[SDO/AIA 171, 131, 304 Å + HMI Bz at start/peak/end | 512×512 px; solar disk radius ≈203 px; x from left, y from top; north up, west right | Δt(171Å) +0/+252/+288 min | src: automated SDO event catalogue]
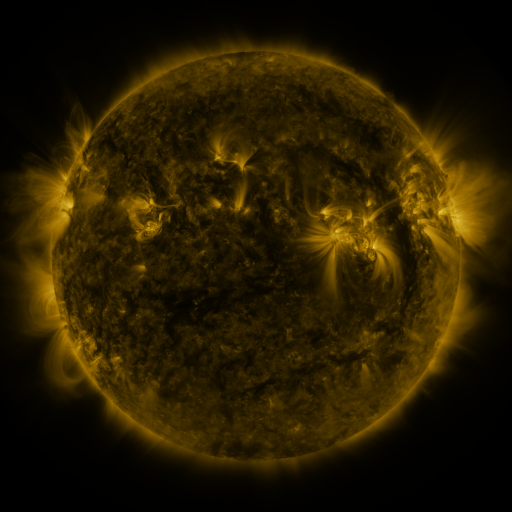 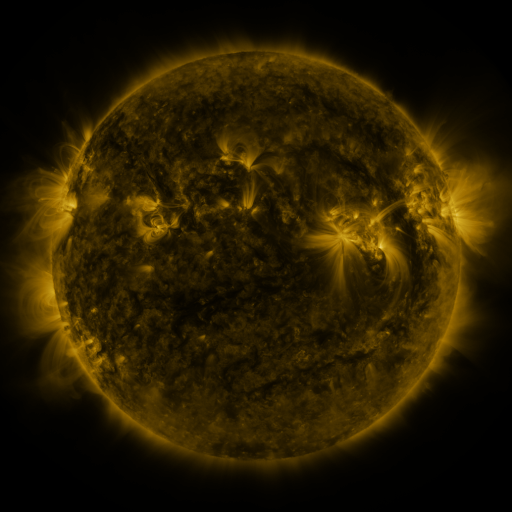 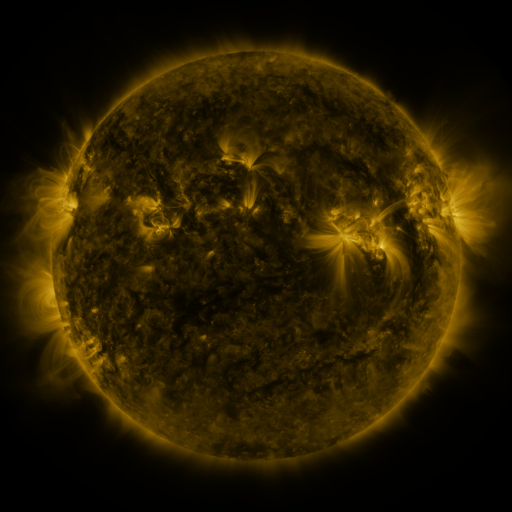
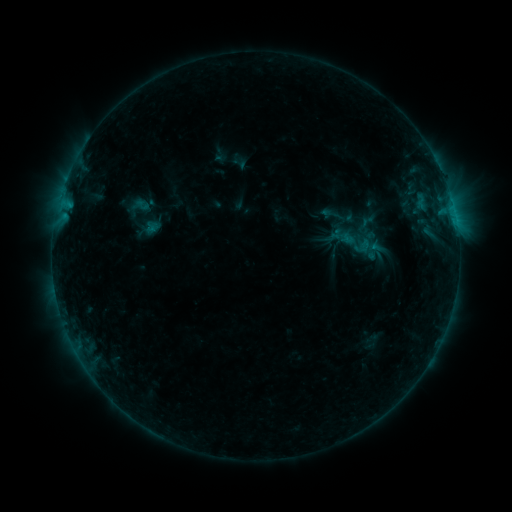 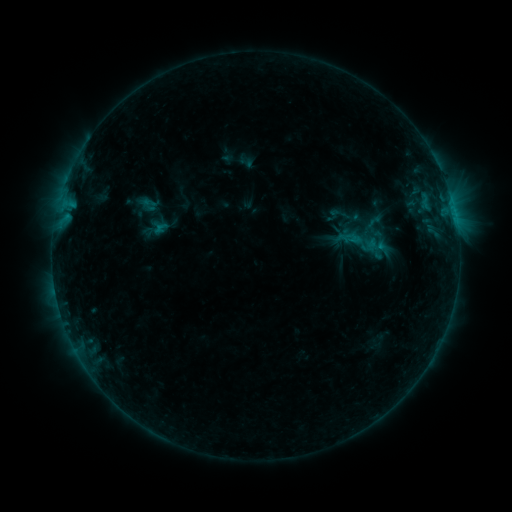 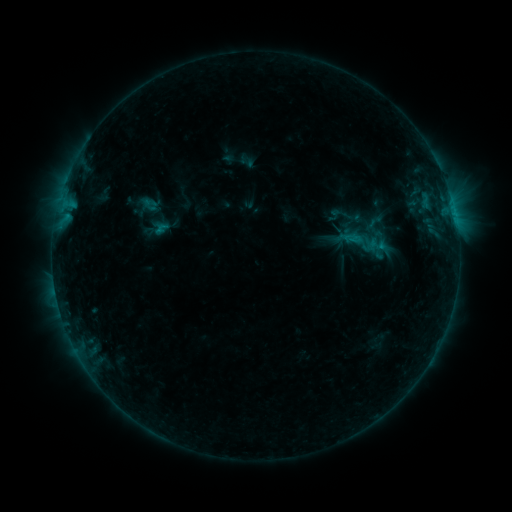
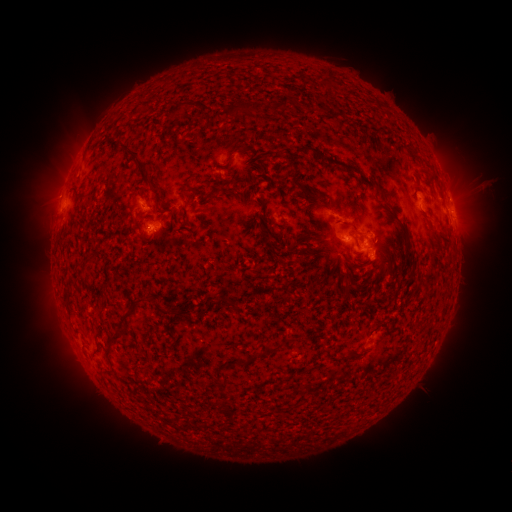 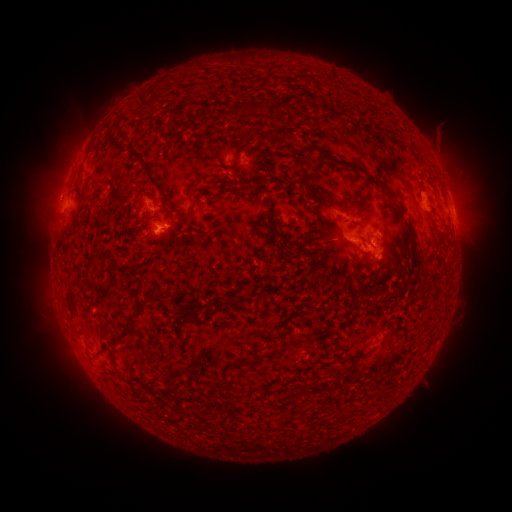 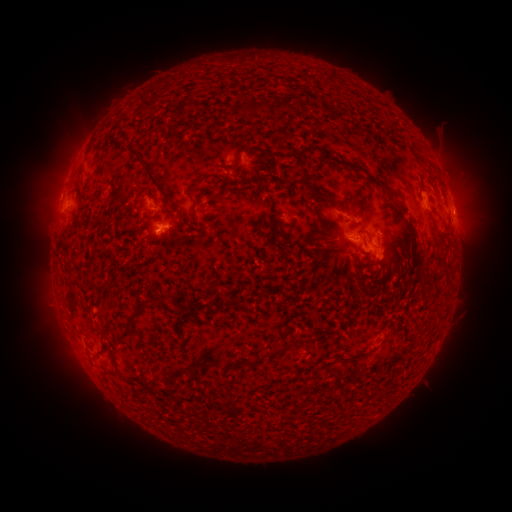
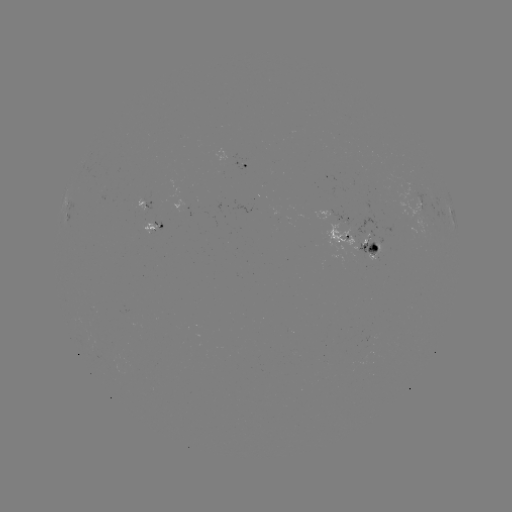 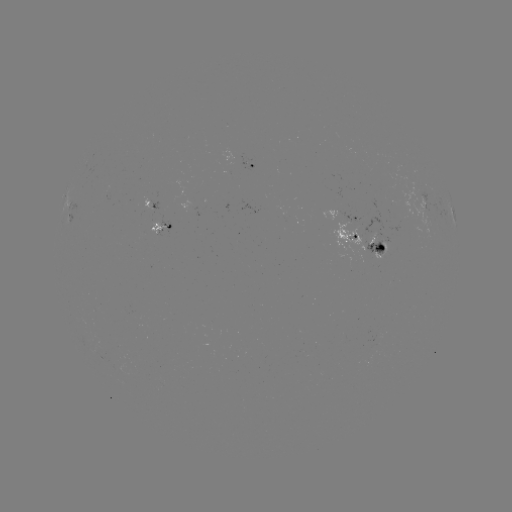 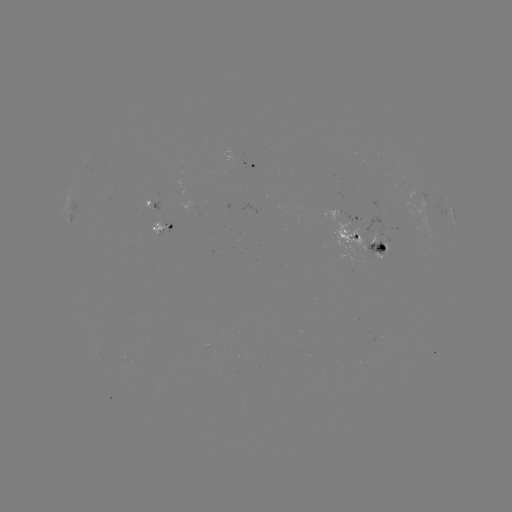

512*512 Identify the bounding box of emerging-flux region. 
[149, 220, 170, 235].